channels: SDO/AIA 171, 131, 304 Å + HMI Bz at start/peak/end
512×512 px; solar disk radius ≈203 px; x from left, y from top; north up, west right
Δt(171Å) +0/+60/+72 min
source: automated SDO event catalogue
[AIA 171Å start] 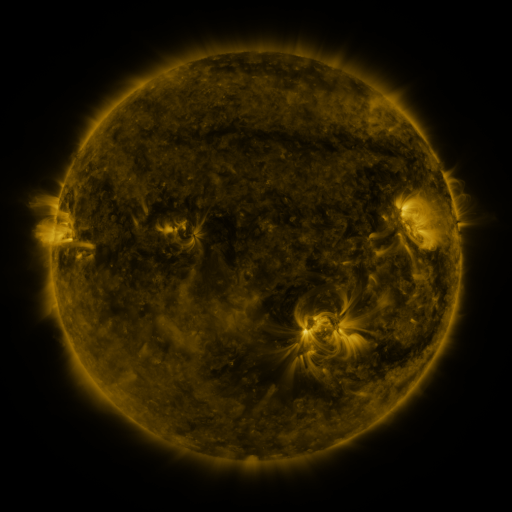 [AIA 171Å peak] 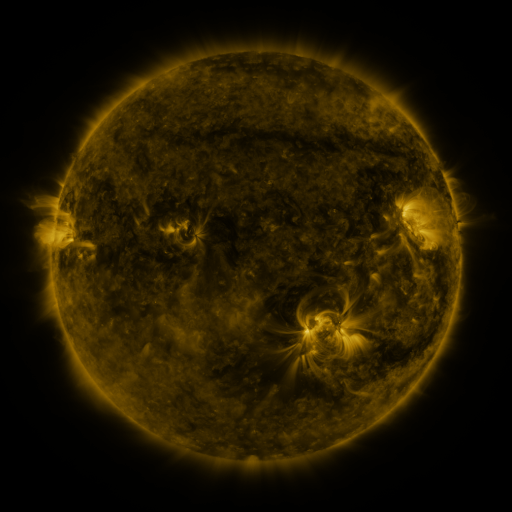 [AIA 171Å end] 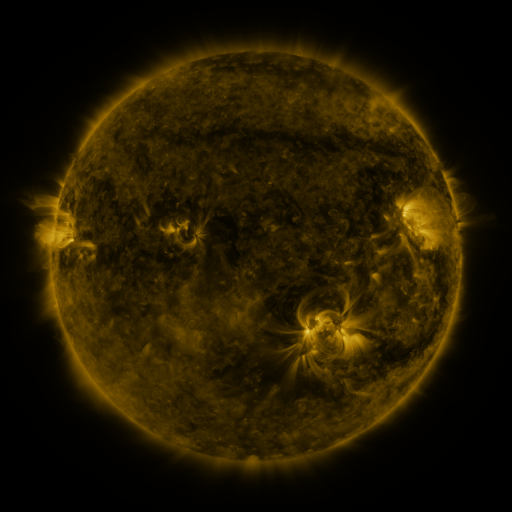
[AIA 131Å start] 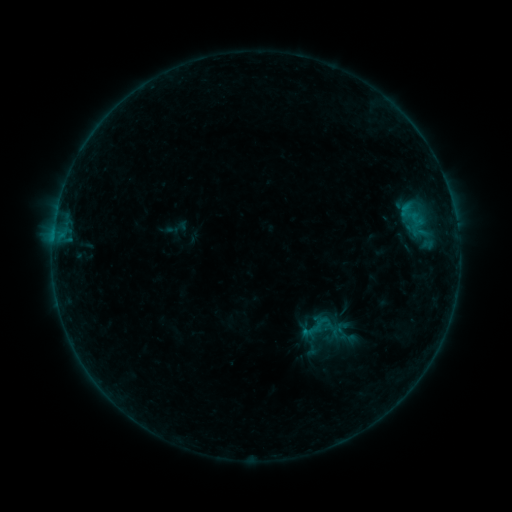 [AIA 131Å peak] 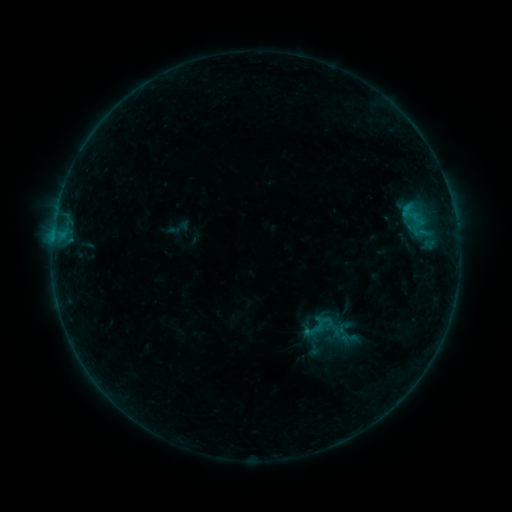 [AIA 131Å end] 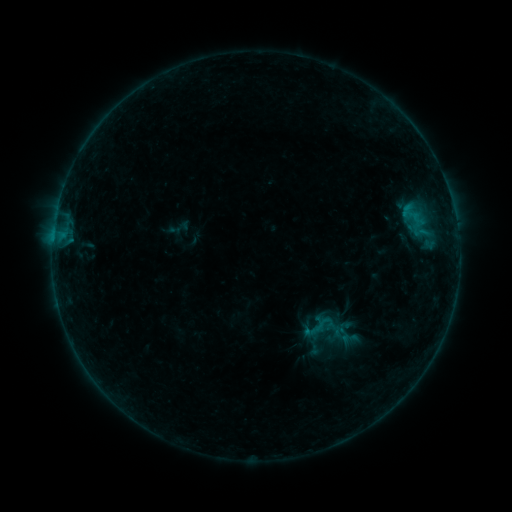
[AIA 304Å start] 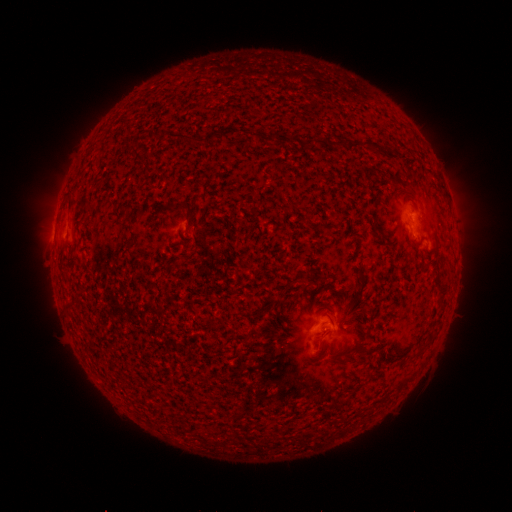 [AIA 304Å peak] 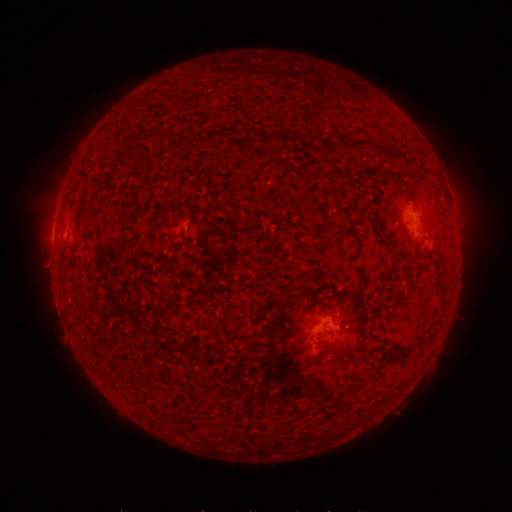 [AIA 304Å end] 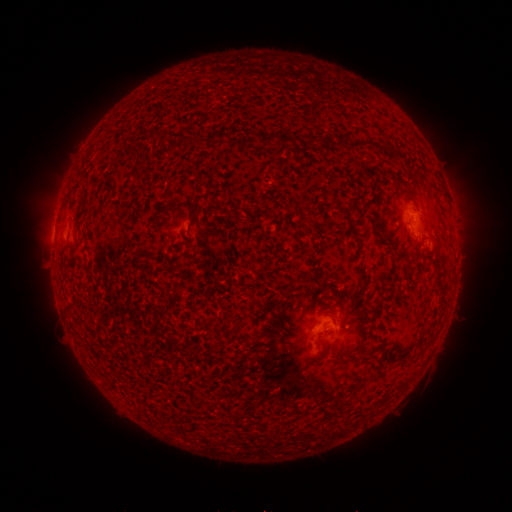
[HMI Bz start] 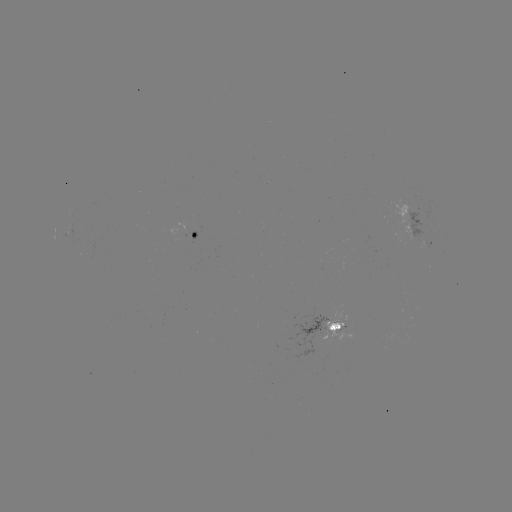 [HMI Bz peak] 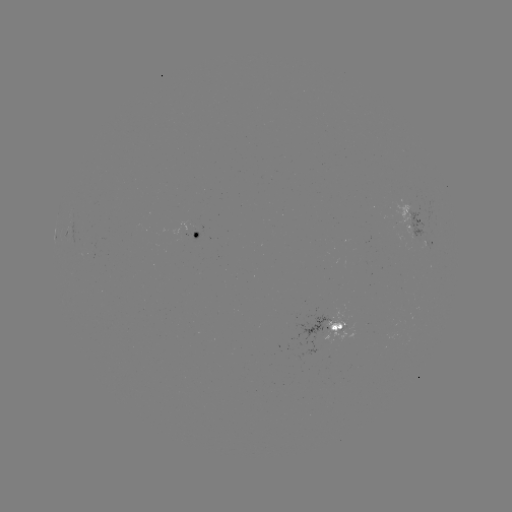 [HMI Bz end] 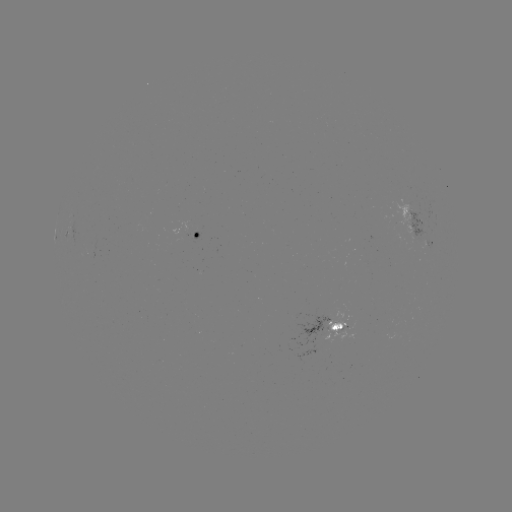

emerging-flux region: [171, 222, 186, 236]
